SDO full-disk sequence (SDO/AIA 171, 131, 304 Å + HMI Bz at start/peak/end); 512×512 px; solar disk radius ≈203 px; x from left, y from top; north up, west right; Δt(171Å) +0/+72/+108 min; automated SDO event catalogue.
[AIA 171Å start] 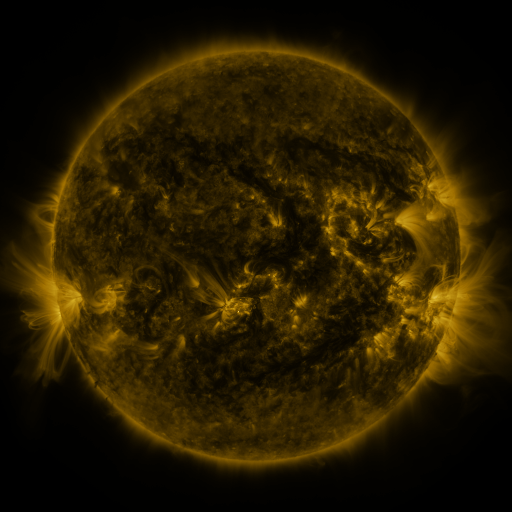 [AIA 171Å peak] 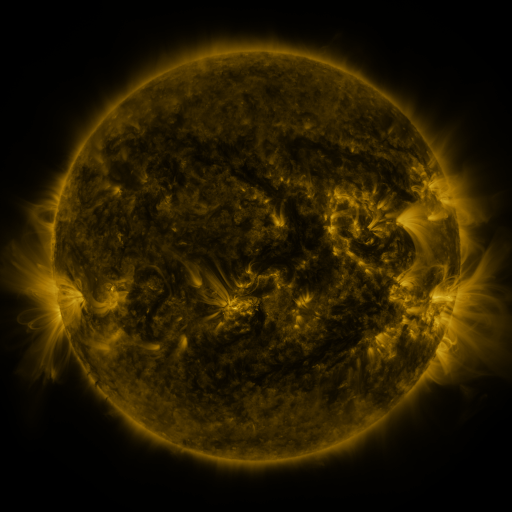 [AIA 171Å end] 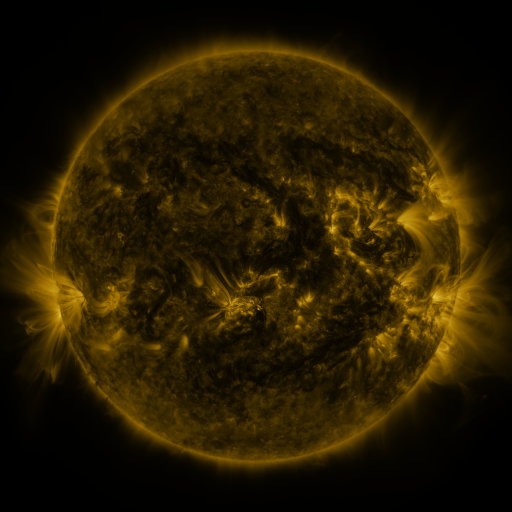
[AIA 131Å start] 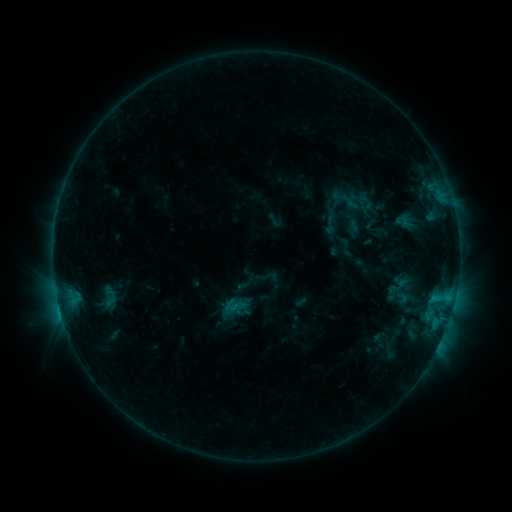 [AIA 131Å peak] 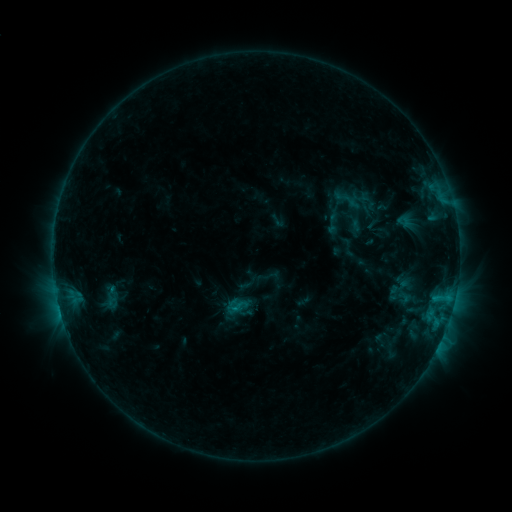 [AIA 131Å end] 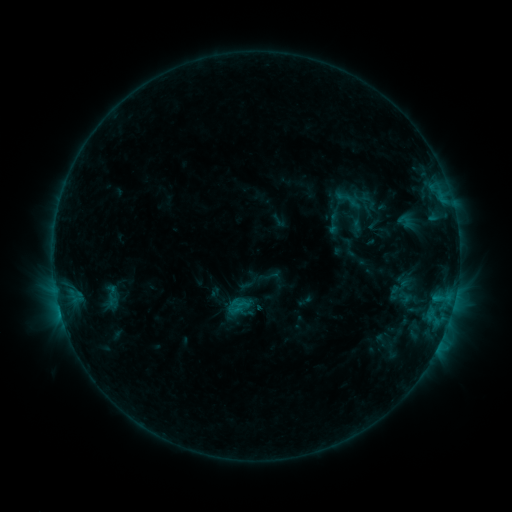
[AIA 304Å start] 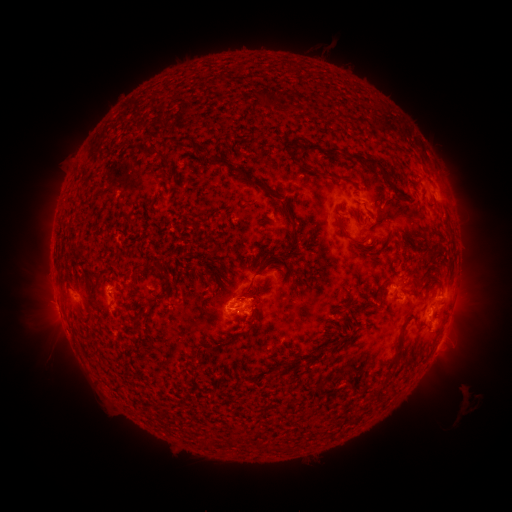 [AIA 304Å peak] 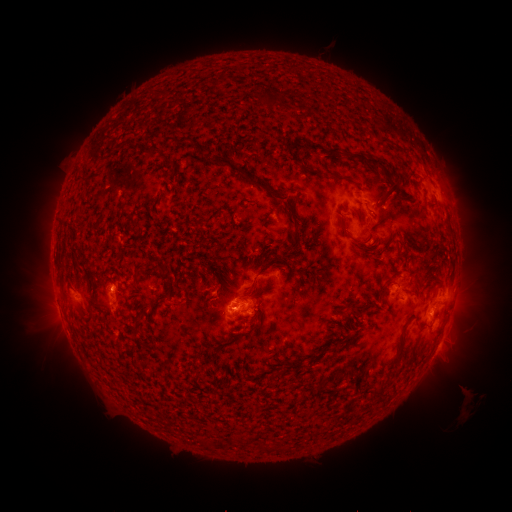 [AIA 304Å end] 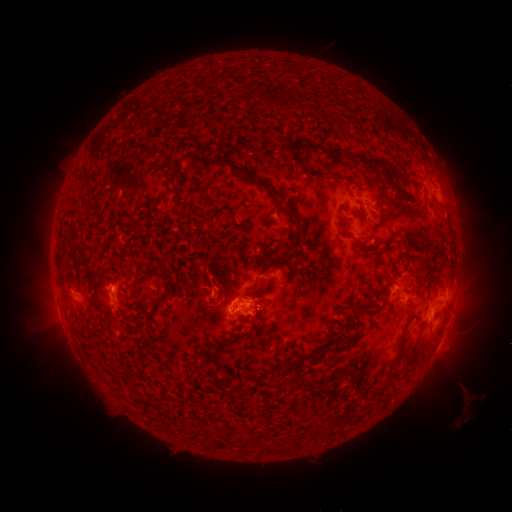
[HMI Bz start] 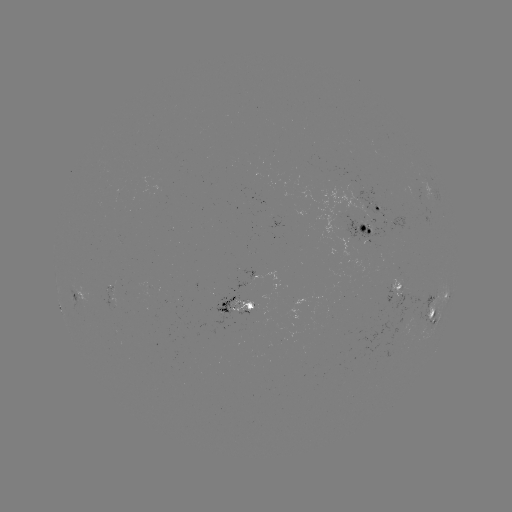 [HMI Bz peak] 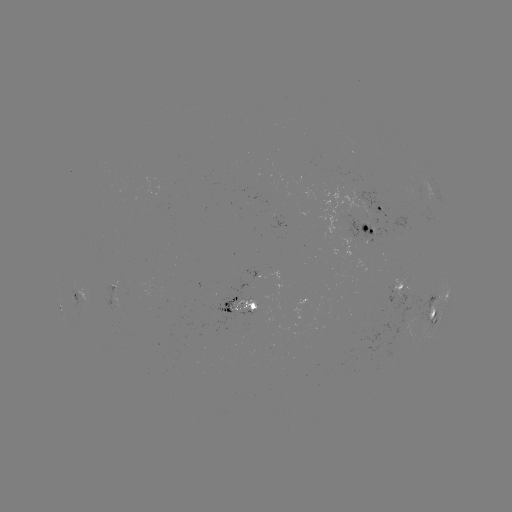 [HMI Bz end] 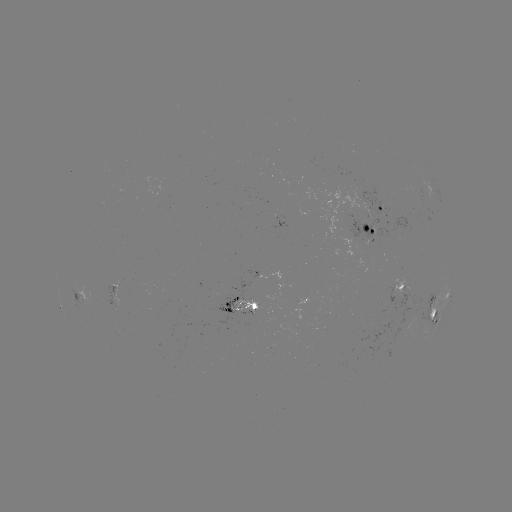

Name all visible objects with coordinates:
emerging-flux region: (416, 192)
